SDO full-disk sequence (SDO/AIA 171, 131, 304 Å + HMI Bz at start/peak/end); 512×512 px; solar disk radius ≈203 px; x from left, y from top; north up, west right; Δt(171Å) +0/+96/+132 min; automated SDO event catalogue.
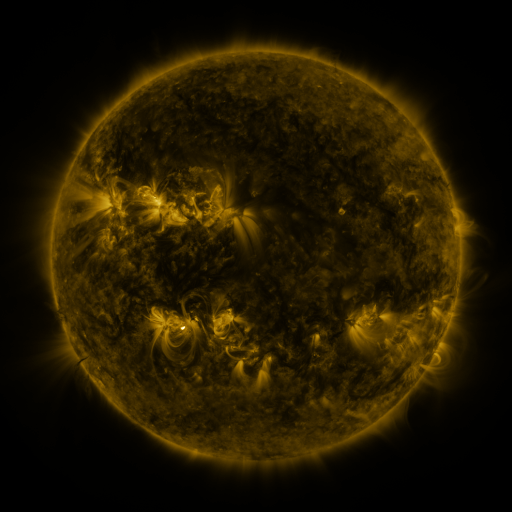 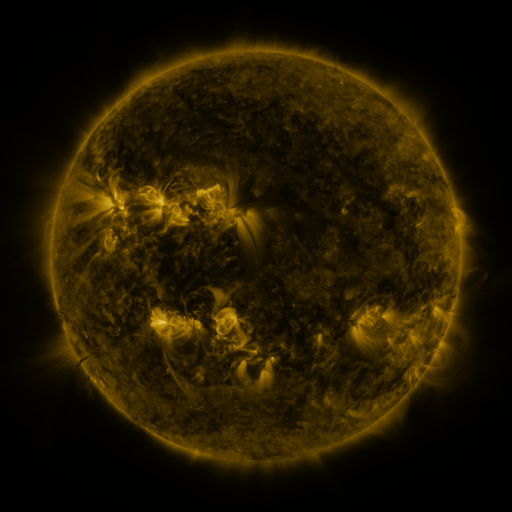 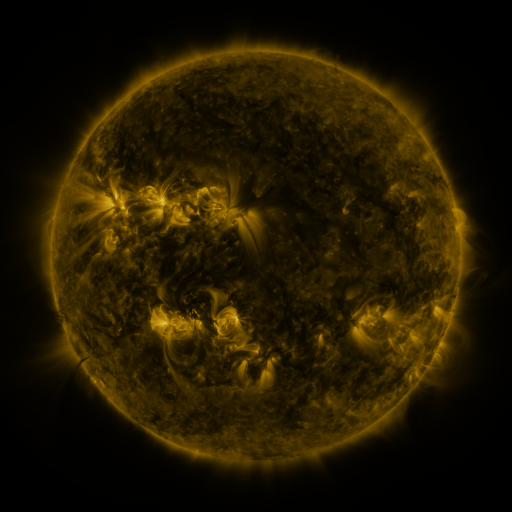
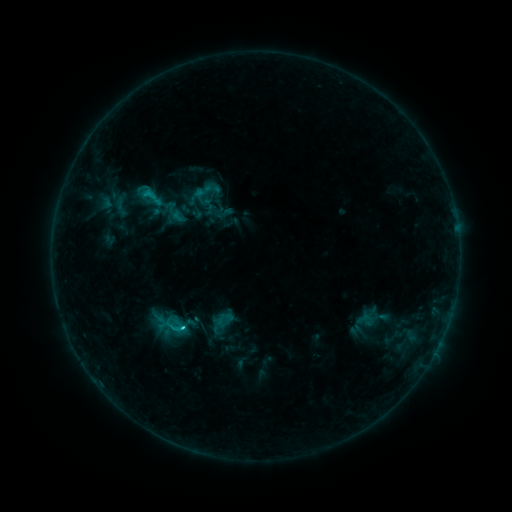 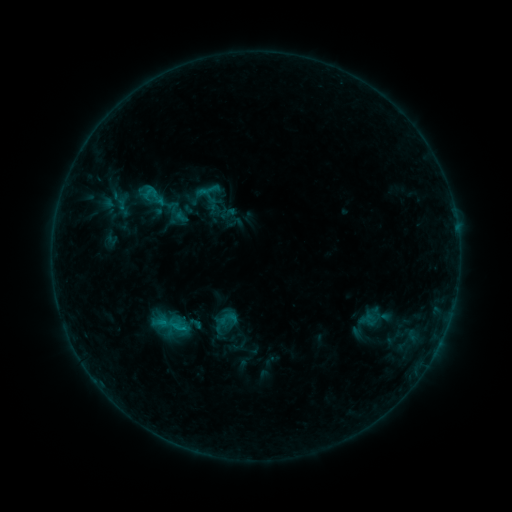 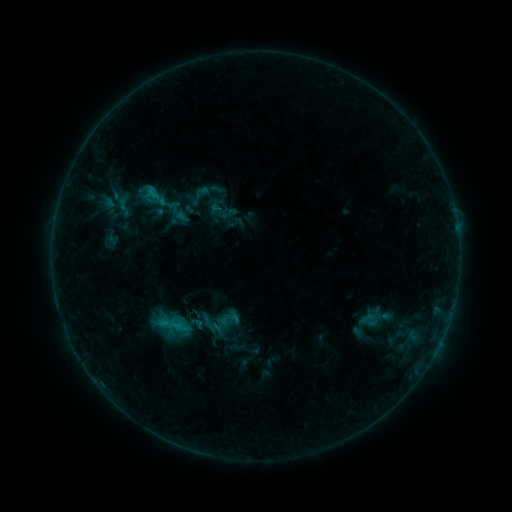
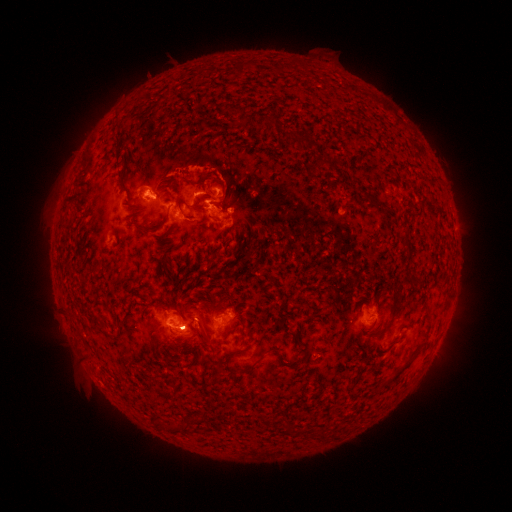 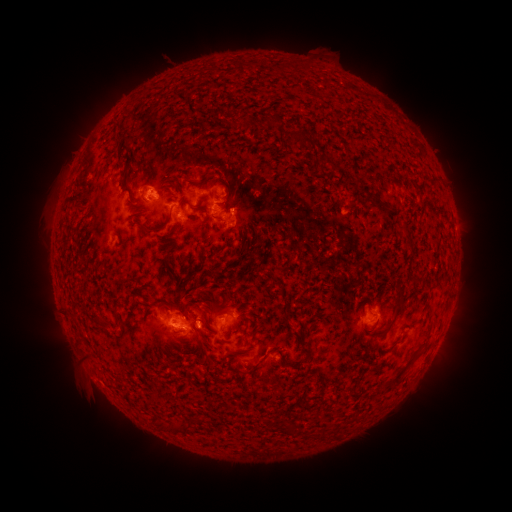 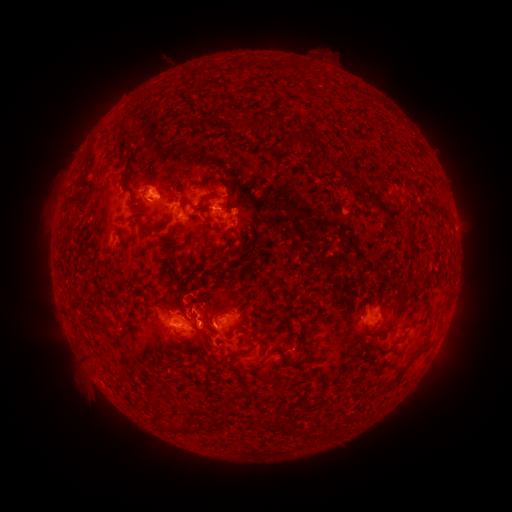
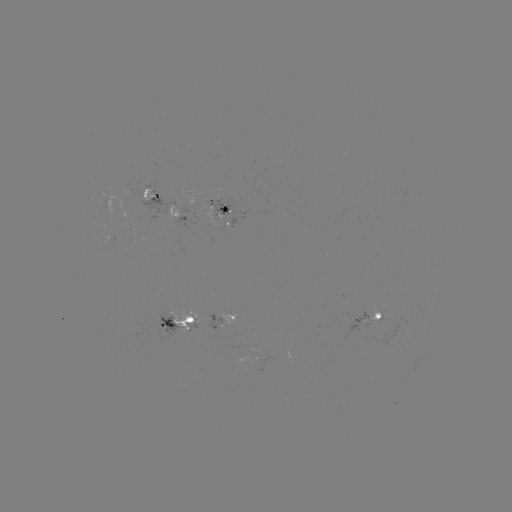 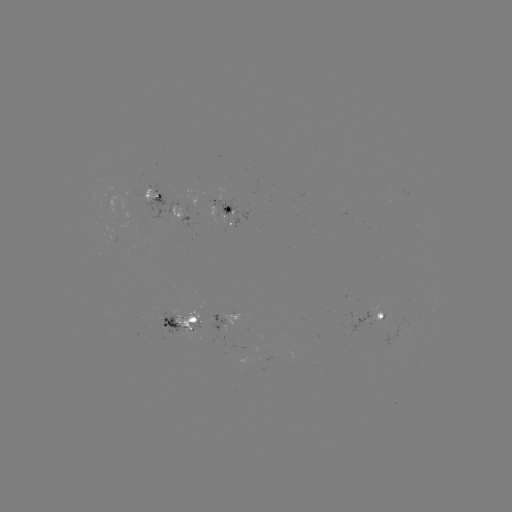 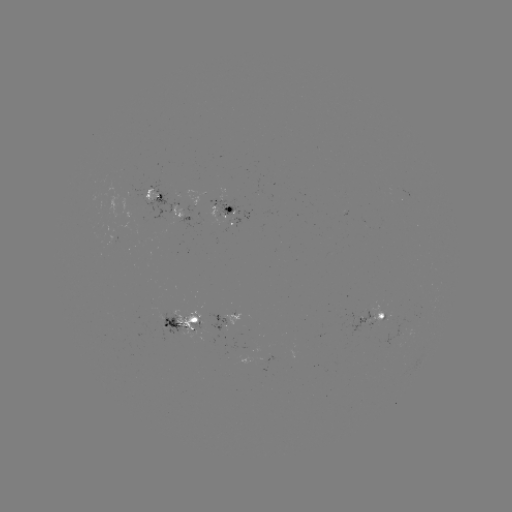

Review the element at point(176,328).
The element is emerging-flux region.